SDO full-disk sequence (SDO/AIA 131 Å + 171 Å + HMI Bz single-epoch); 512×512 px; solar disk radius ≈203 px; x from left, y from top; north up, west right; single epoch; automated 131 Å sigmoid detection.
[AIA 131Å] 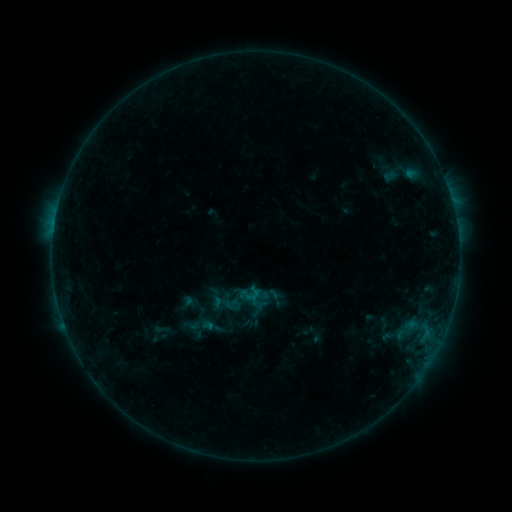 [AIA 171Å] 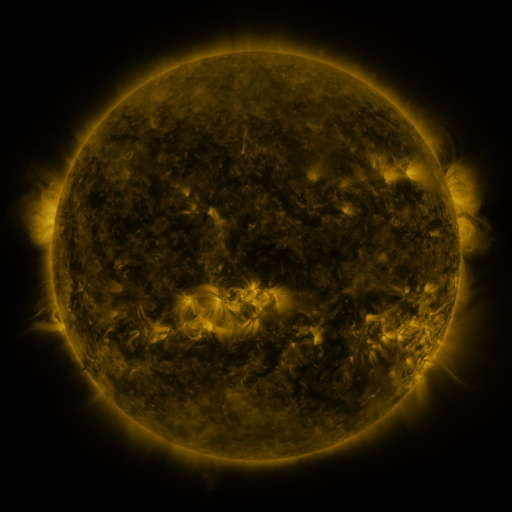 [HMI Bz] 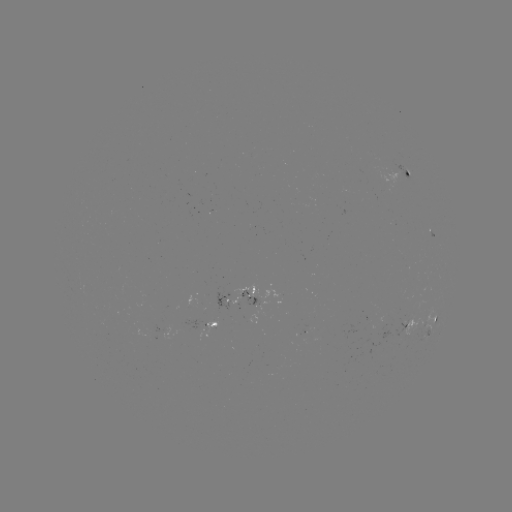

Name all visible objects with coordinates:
sigmoid: (230, 302)
